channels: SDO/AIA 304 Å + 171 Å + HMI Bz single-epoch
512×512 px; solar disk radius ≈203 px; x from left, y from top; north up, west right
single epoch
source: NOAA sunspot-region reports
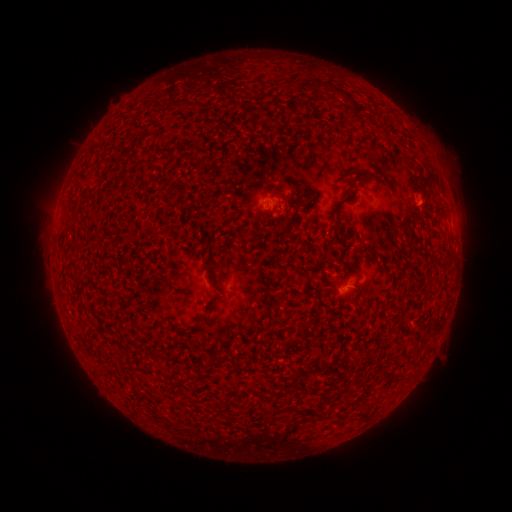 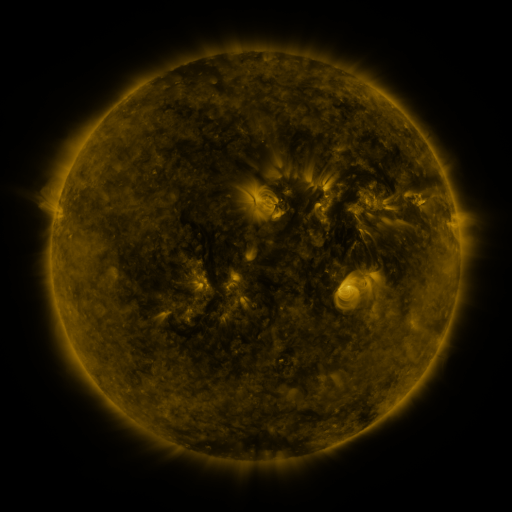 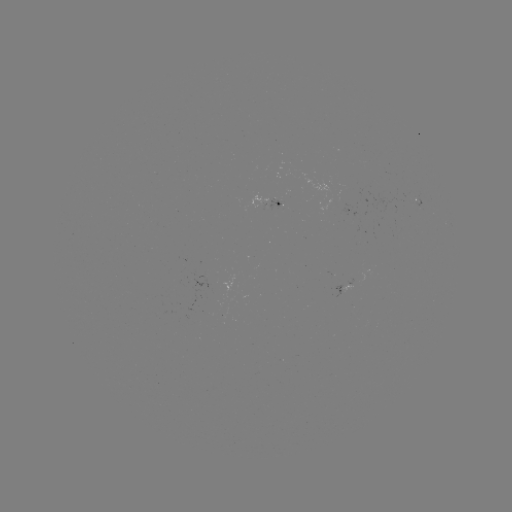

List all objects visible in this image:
spotted active region: (276, 204)
spotted active region: (349, 212)
spotted active region: (372, 276)
spotted active region: (343, 289)
